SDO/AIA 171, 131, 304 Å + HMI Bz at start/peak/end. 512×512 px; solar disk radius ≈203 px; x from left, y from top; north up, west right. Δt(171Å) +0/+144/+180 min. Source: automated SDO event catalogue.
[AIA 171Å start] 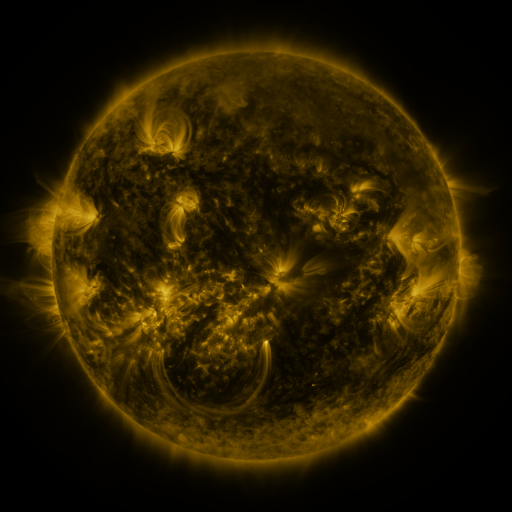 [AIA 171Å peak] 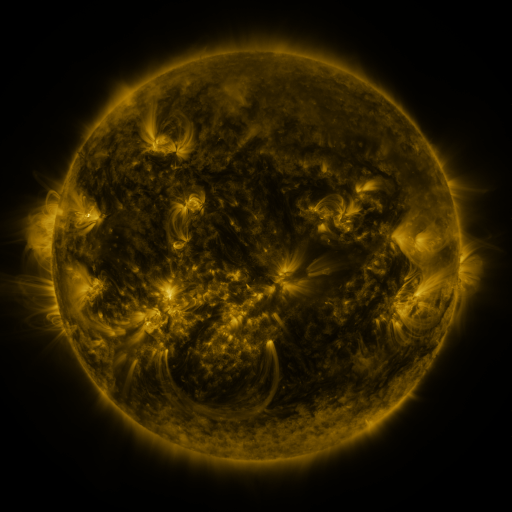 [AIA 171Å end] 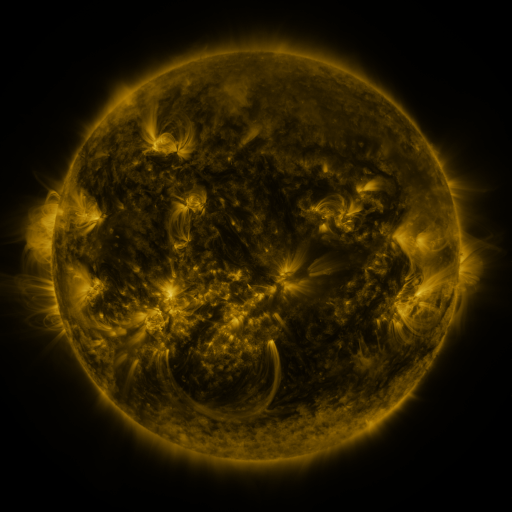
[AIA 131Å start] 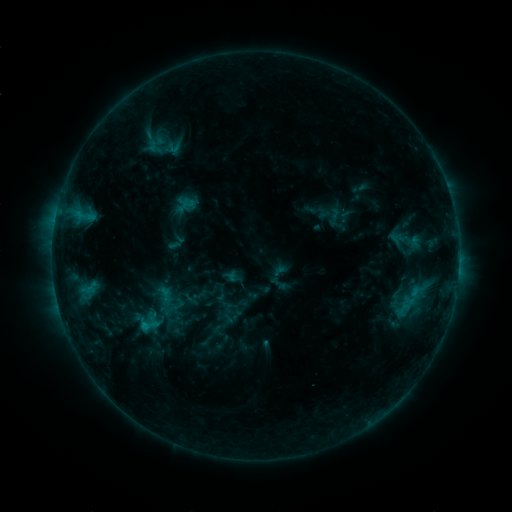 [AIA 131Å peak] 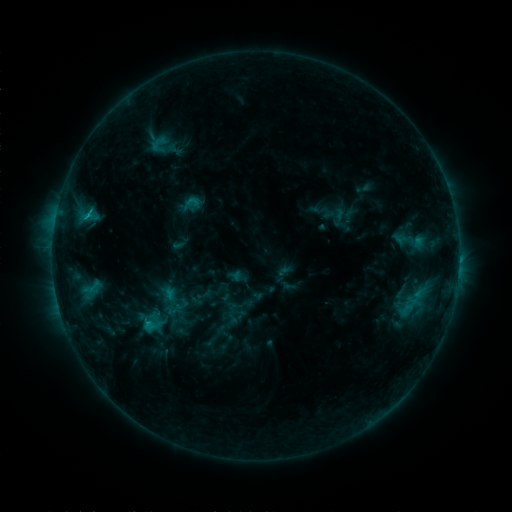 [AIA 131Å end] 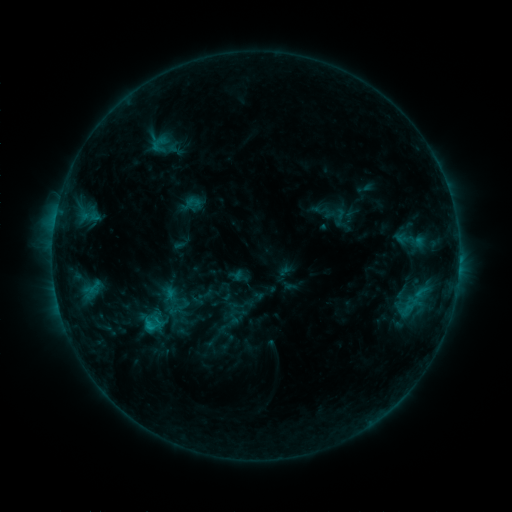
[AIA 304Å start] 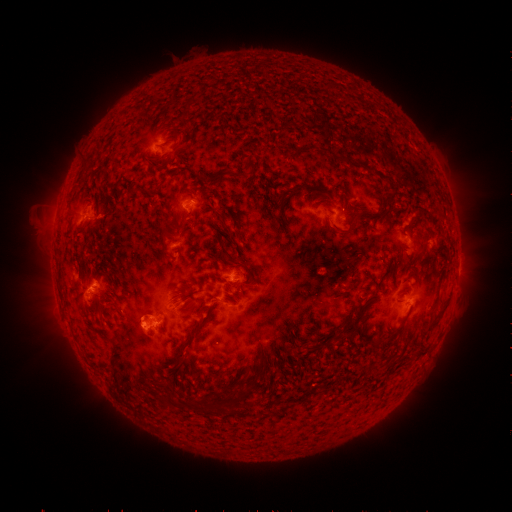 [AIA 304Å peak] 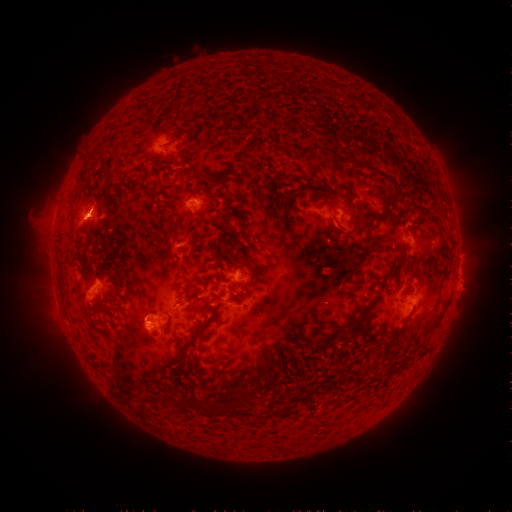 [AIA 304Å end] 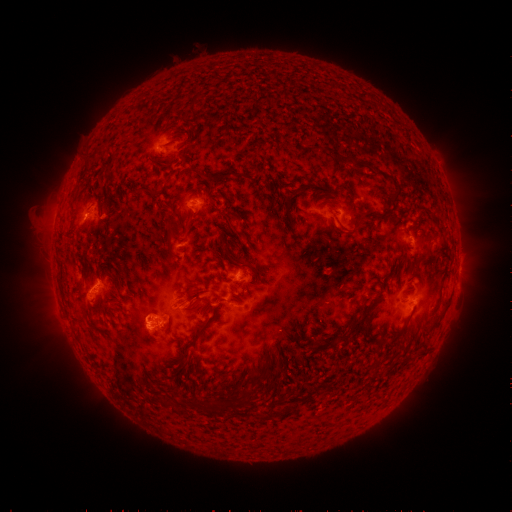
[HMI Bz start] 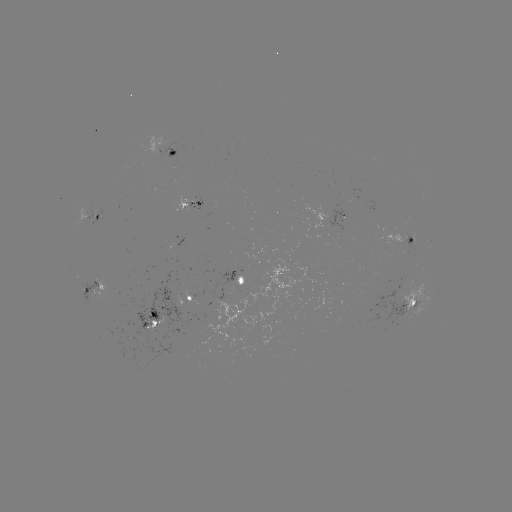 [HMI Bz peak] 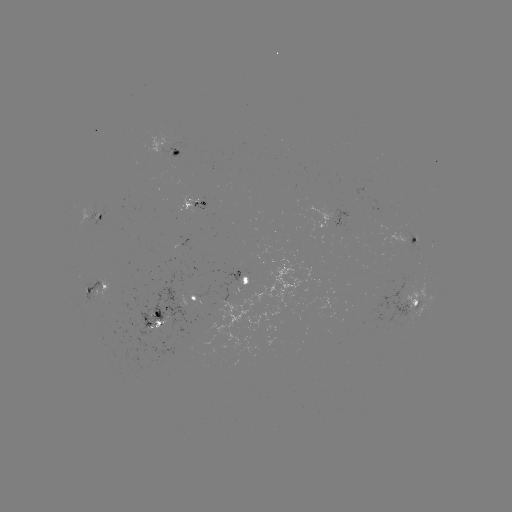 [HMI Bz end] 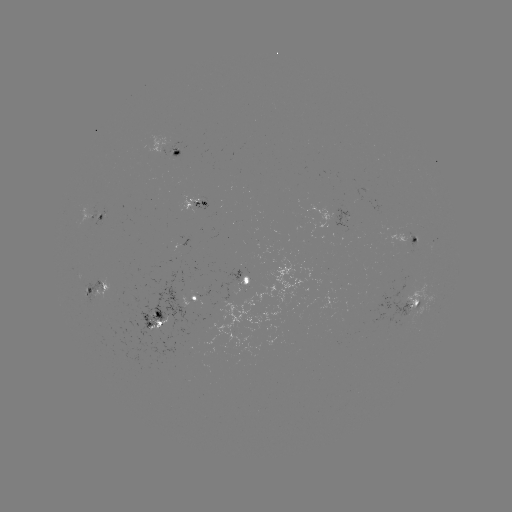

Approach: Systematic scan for emerging-flux region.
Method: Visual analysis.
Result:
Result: emerging-flux region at [229, 311].